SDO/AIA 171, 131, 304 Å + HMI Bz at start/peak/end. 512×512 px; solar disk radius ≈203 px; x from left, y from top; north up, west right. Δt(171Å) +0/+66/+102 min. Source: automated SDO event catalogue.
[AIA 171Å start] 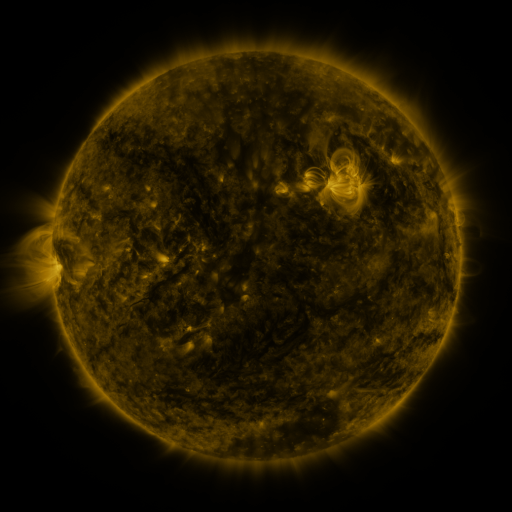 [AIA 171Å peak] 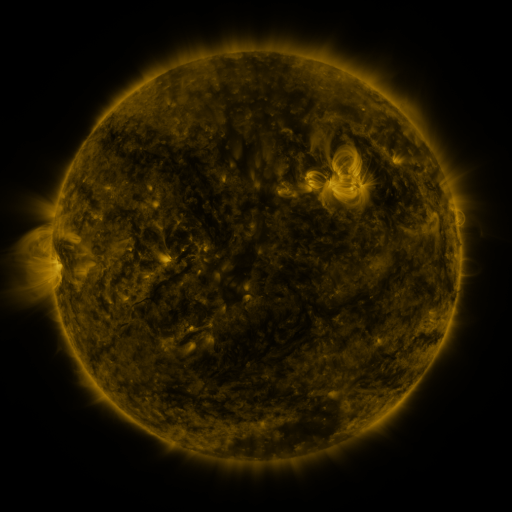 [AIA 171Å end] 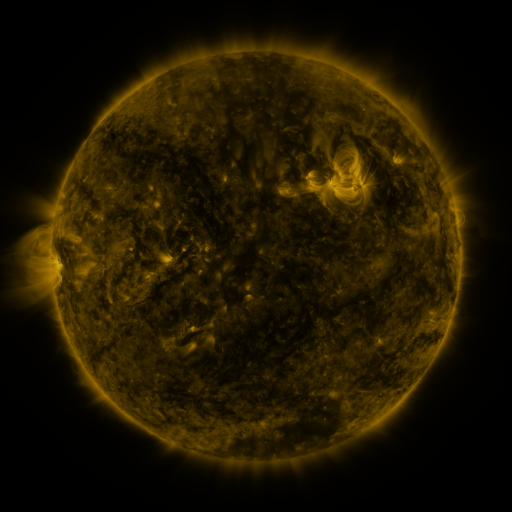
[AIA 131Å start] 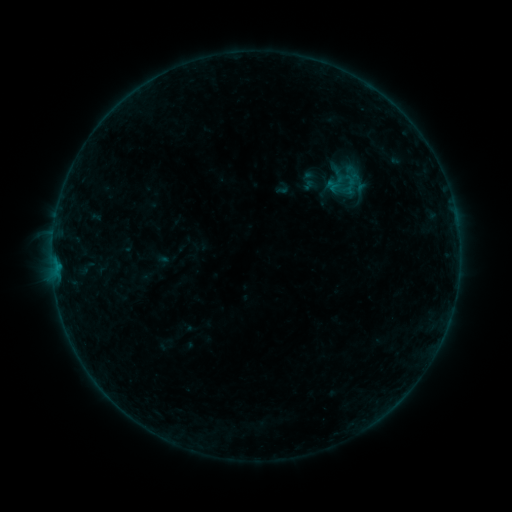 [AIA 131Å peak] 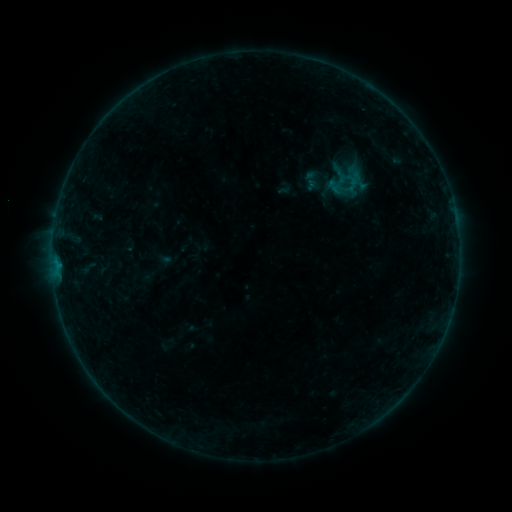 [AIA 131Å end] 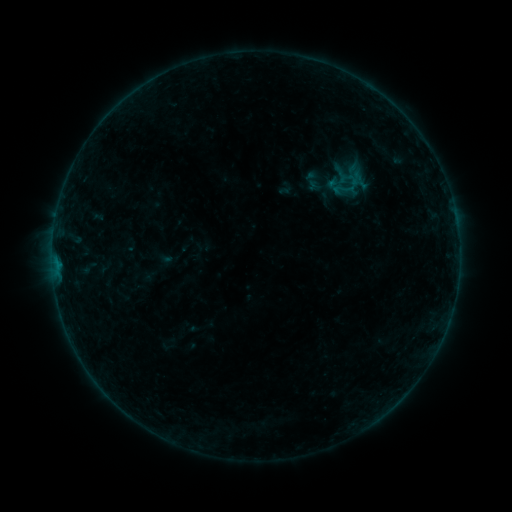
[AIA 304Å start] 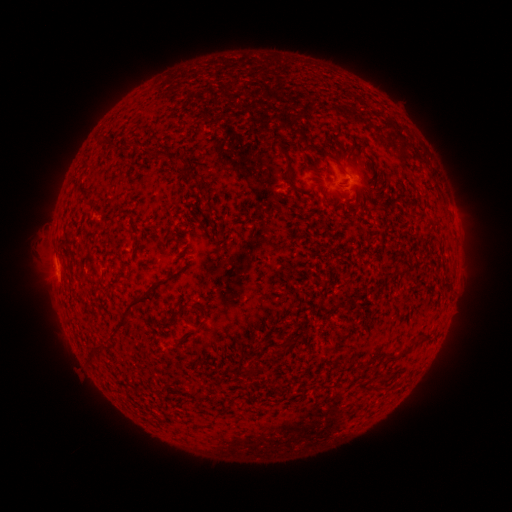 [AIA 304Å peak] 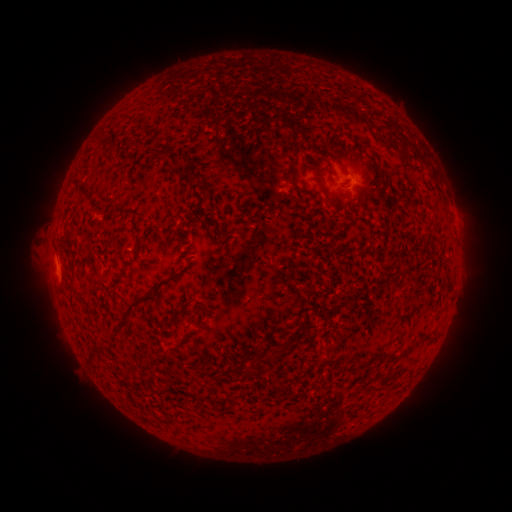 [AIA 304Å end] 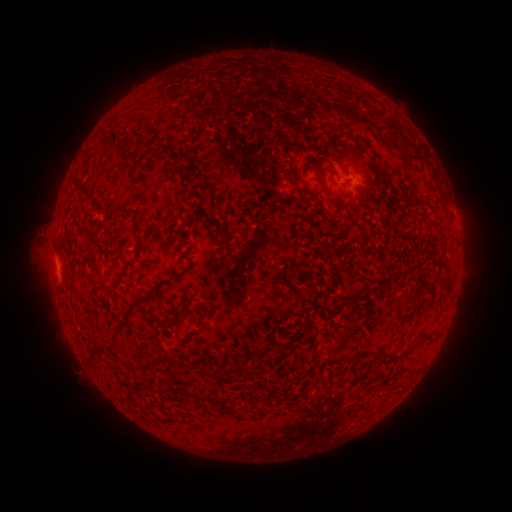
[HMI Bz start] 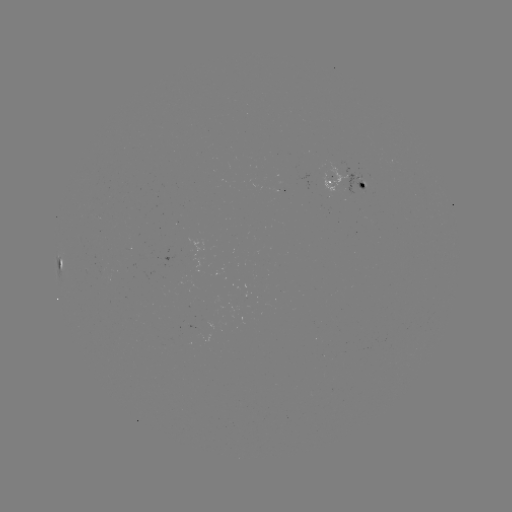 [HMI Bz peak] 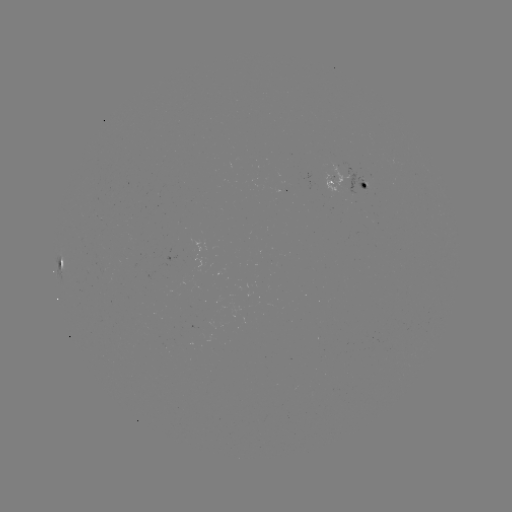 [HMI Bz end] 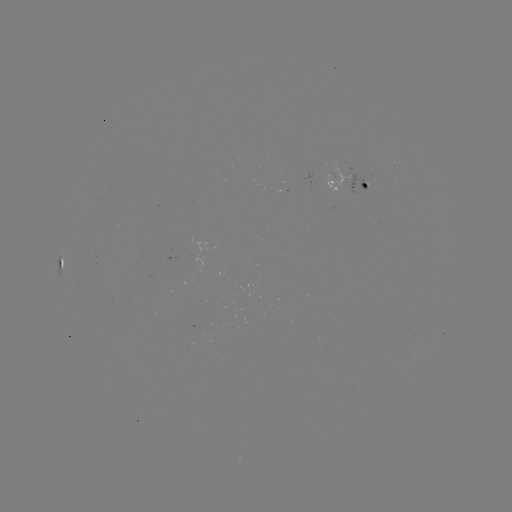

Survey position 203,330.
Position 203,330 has emerging-flux region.